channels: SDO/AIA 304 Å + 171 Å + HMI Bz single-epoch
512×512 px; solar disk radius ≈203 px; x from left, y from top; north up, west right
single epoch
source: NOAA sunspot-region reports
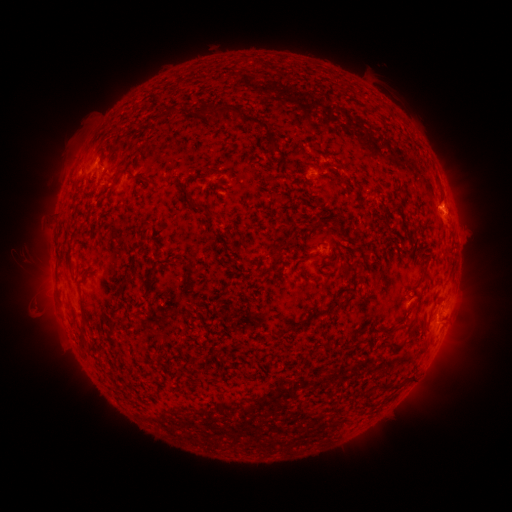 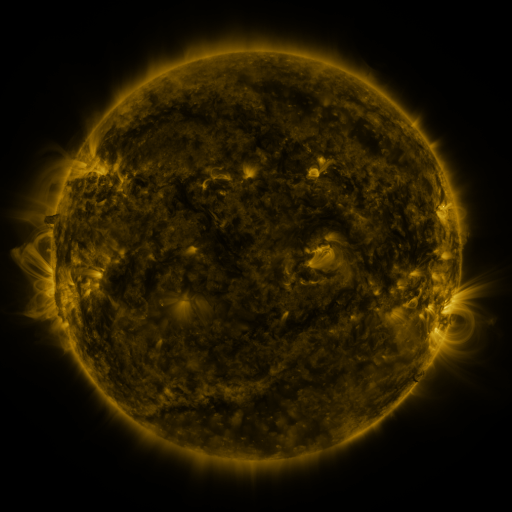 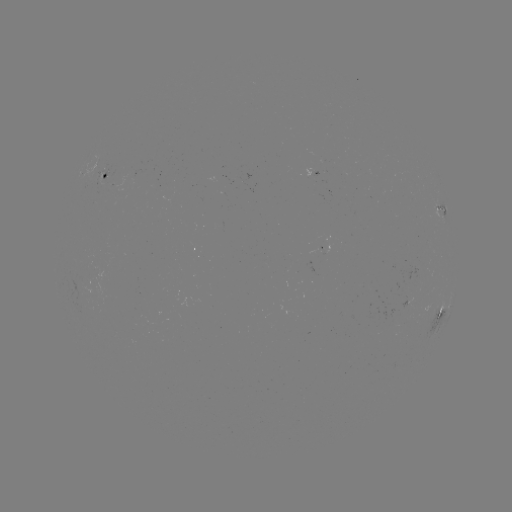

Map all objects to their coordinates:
spotted active region: (106, 175)
spotted active region: (452, 216)
spotted active region: (445, 309)
